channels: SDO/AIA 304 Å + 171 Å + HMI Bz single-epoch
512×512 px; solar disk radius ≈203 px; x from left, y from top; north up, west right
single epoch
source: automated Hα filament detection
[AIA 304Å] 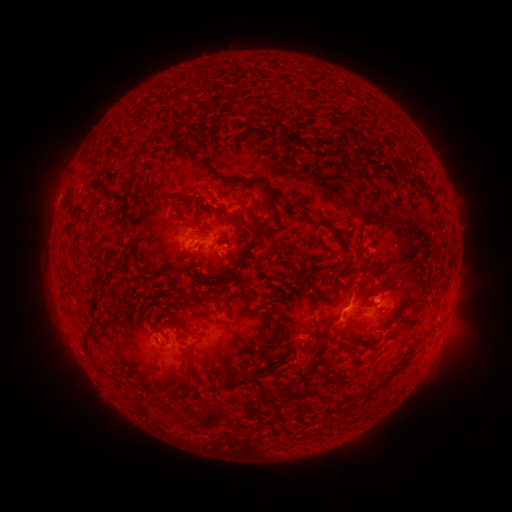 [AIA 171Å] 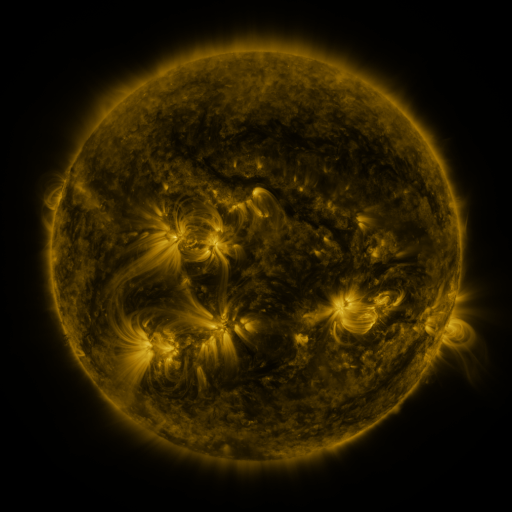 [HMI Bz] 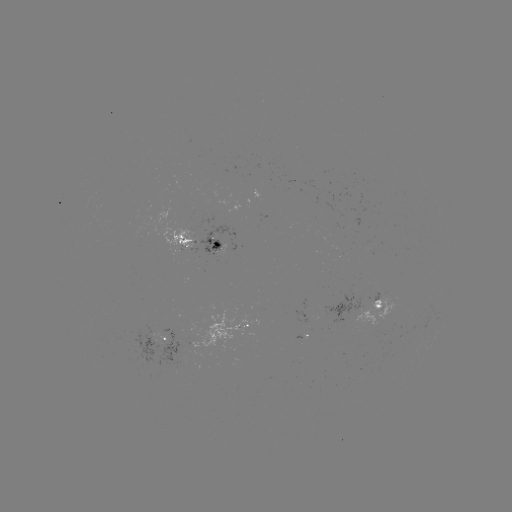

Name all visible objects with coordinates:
filament: (338, 147)
filament: (196, 157)
filament: (232, 179)
filament: (415, 180)
filament: (256, 224)
filament: (399, 266)
filament: (400, 276)
filament: (416, 292)
filament: (410, 323)
filament: (277, 325)
filament: (349, 327)
filament: (86, 333)
filament: (281, 361)
filament: (185, 374)
filament: (208, 417)
